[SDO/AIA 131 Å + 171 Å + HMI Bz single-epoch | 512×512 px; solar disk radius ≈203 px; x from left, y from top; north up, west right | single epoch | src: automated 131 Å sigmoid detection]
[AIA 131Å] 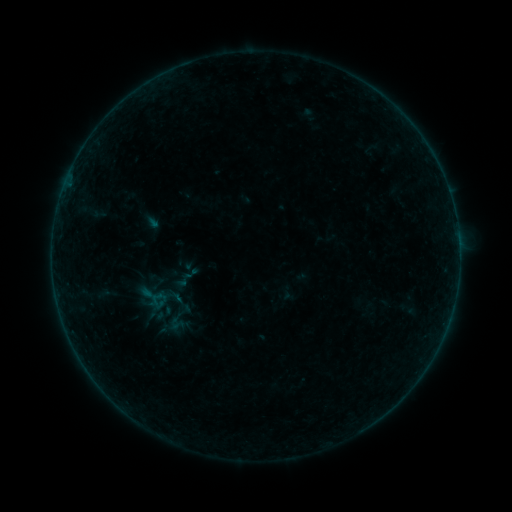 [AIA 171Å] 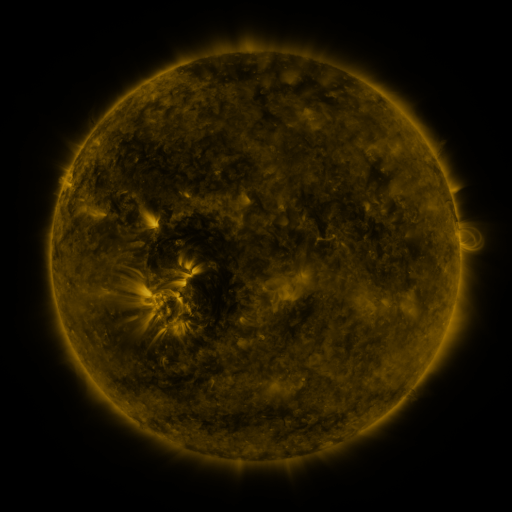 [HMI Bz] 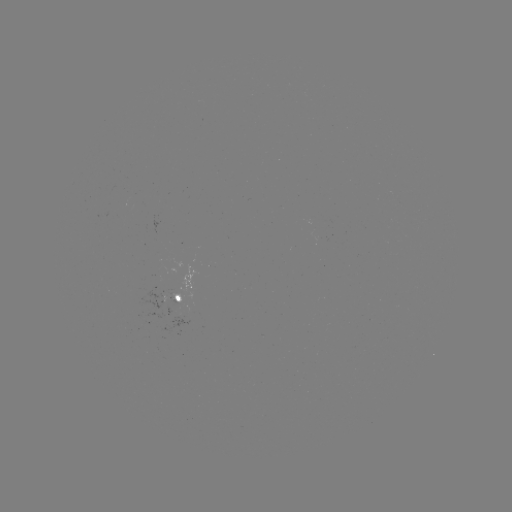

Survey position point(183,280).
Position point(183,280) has sigmoid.